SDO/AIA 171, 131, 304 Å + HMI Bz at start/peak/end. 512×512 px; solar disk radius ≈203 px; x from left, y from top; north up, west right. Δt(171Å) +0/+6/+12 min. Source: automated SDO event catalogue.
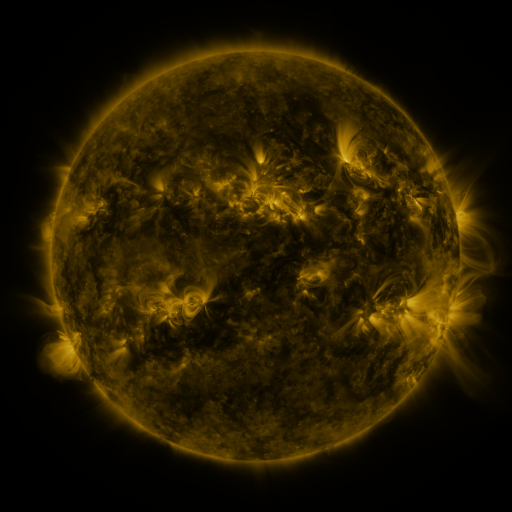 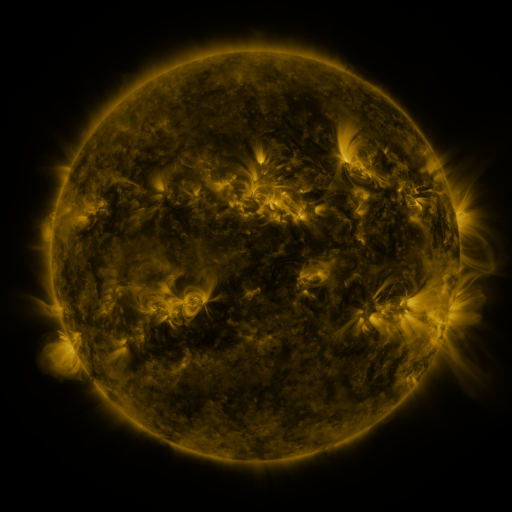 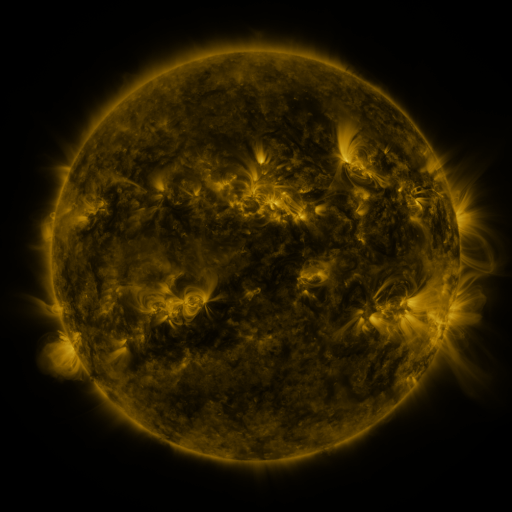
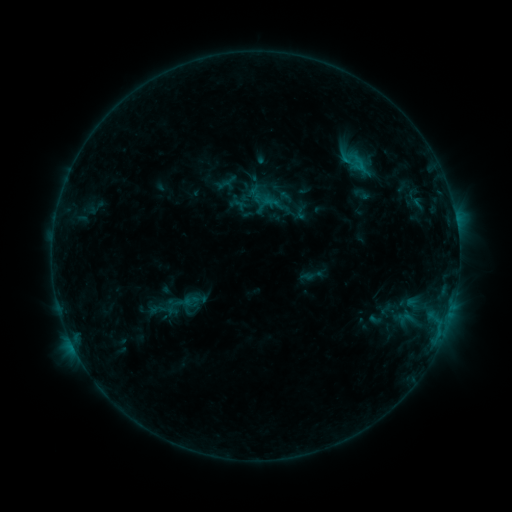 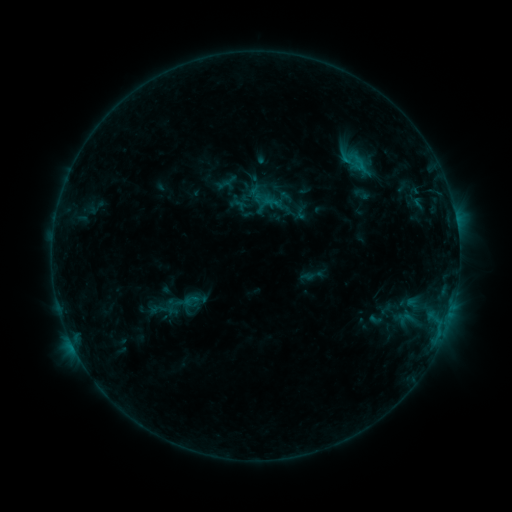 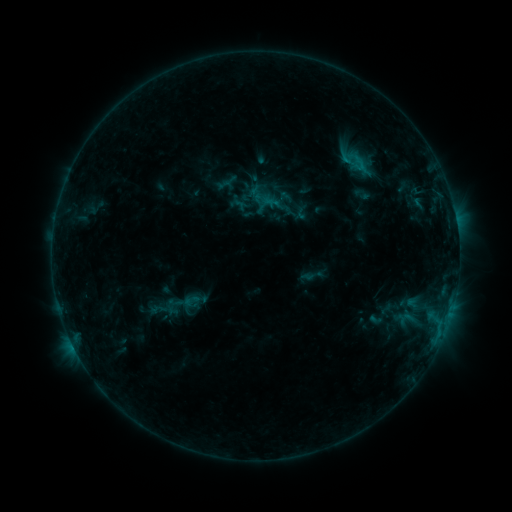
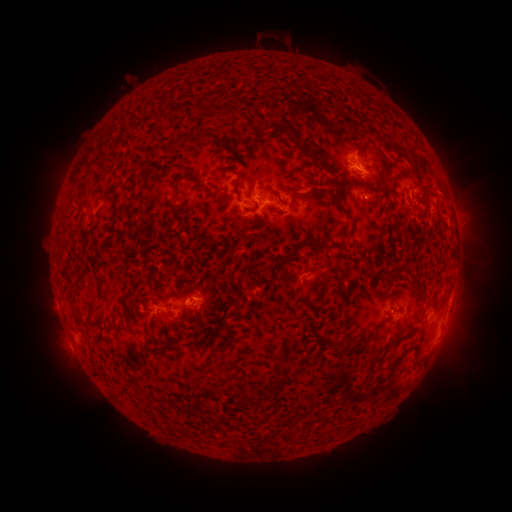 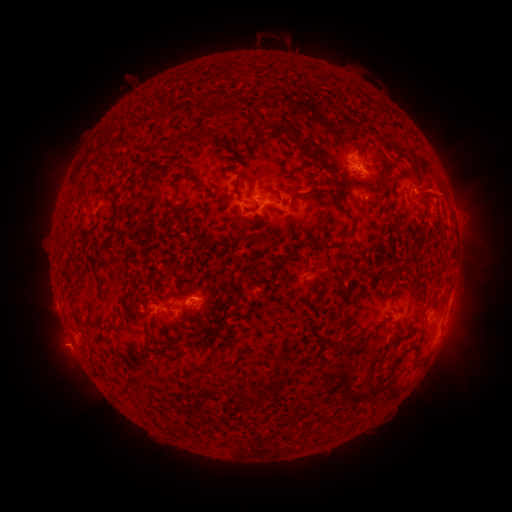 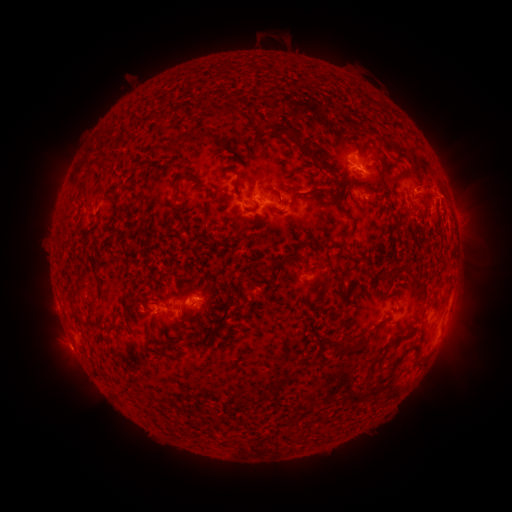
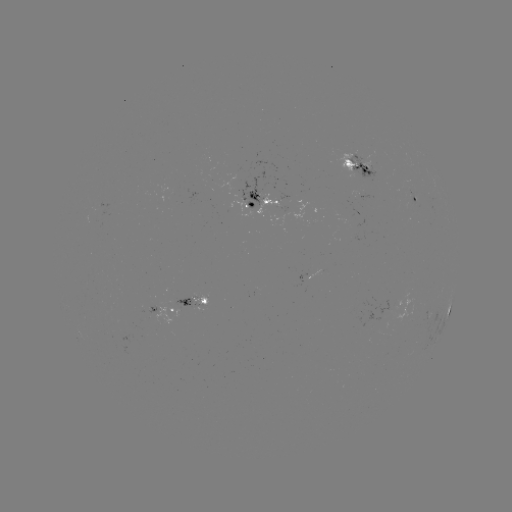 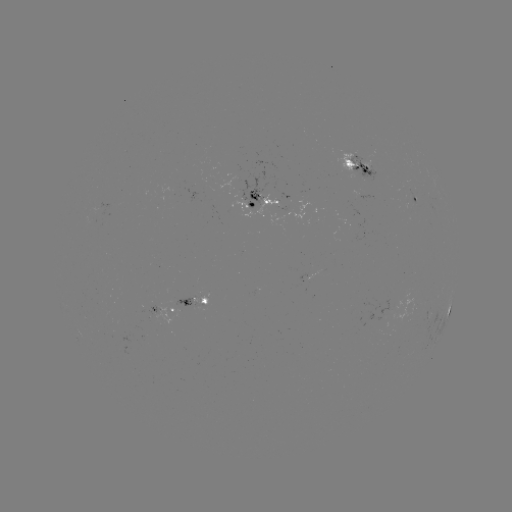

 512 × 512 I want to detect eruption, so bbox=[38, 324, 87, 372].